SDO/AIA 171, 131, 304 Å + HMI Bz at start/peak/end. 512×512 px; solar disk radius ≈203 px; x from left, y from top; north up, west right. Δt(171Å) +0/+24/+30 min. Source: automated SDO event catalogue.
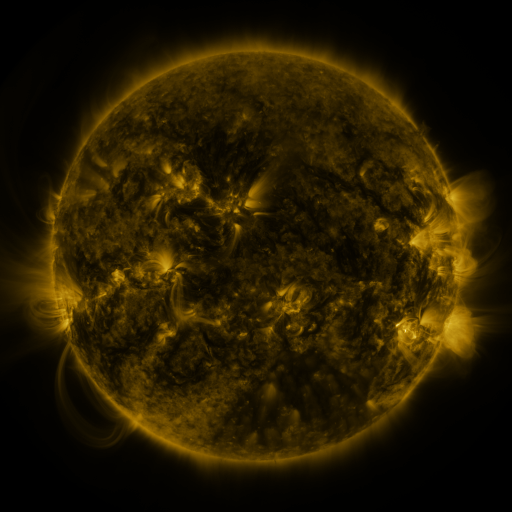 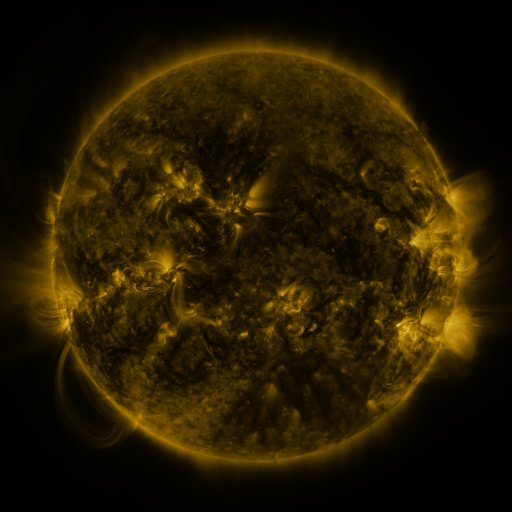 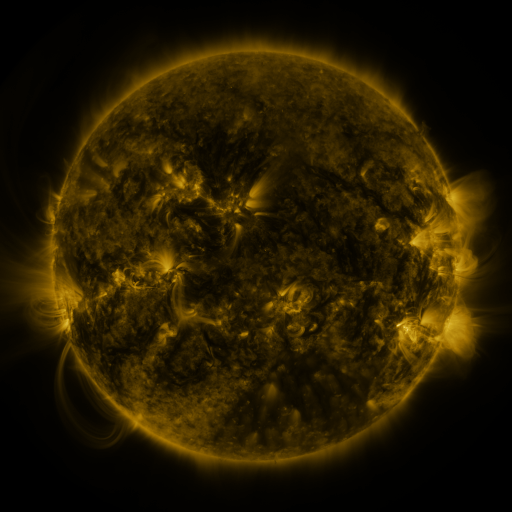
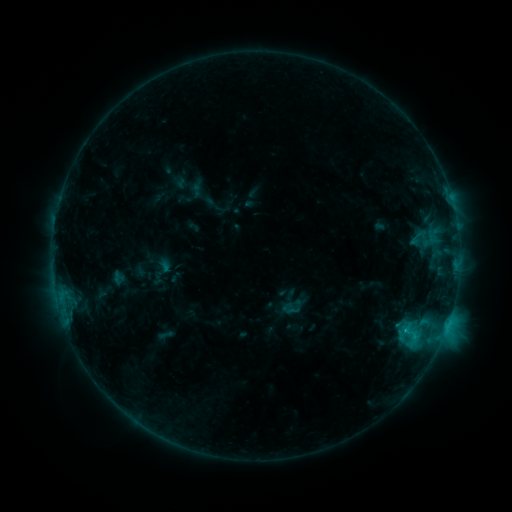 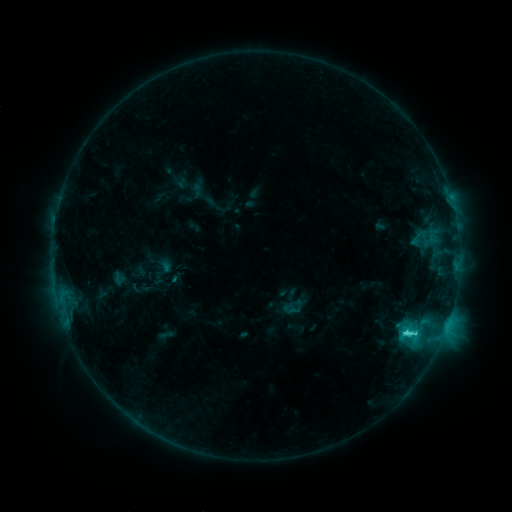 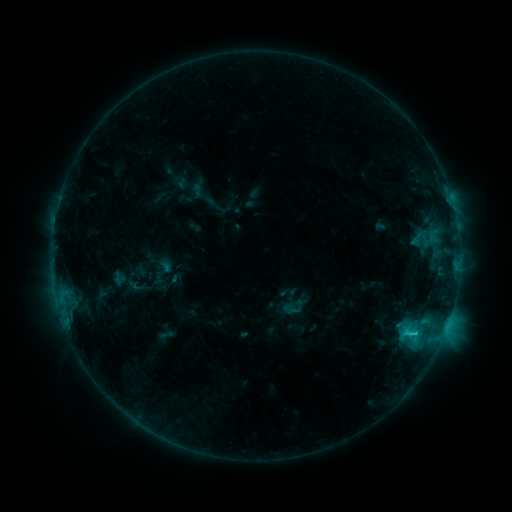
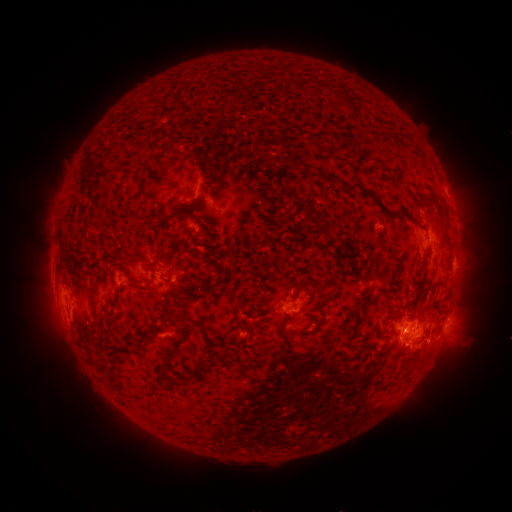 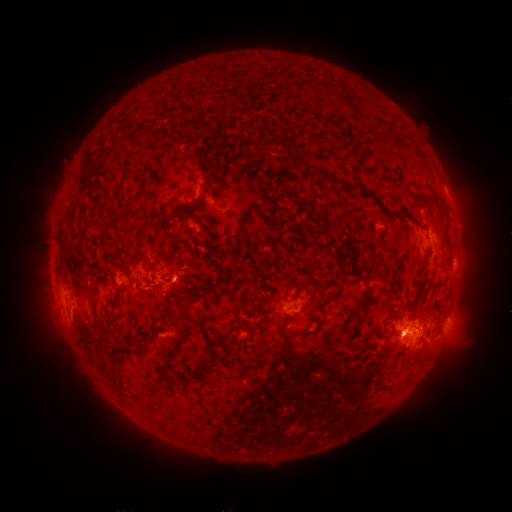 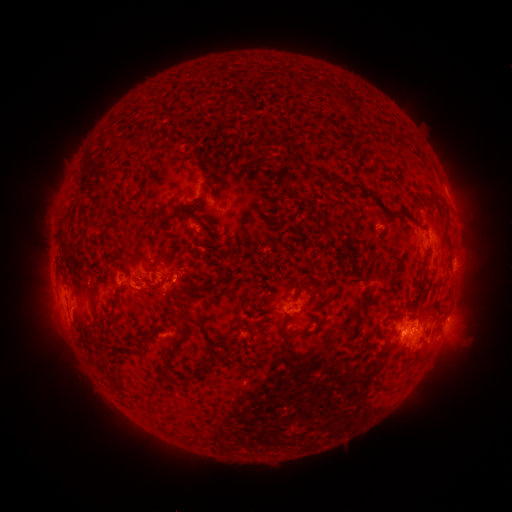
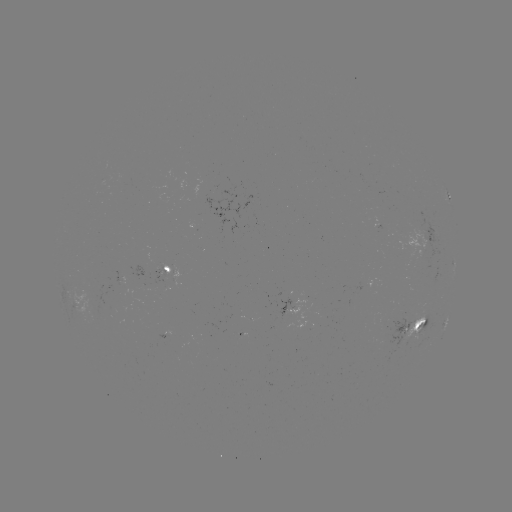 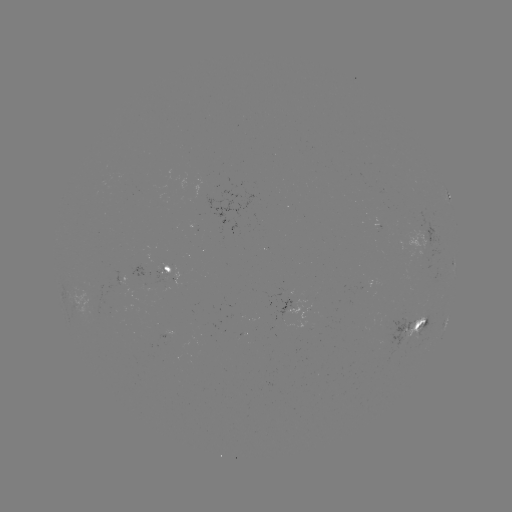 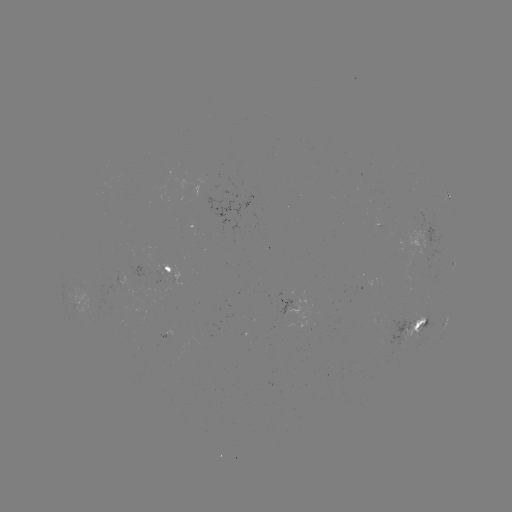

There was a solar flare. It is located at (408, 332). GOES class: C3.7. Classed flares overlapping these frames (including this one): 1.